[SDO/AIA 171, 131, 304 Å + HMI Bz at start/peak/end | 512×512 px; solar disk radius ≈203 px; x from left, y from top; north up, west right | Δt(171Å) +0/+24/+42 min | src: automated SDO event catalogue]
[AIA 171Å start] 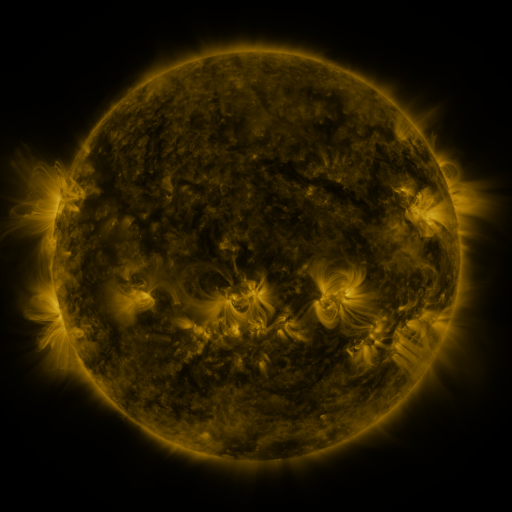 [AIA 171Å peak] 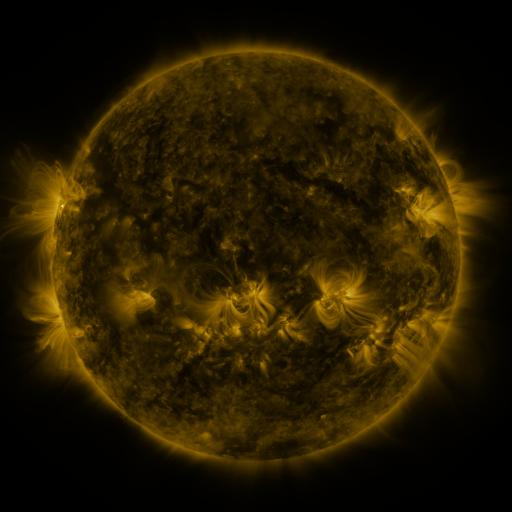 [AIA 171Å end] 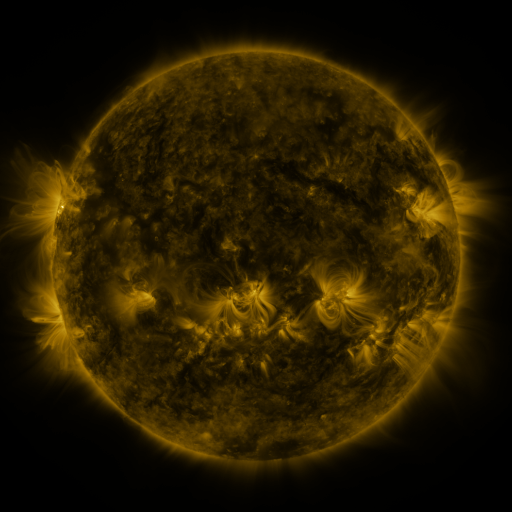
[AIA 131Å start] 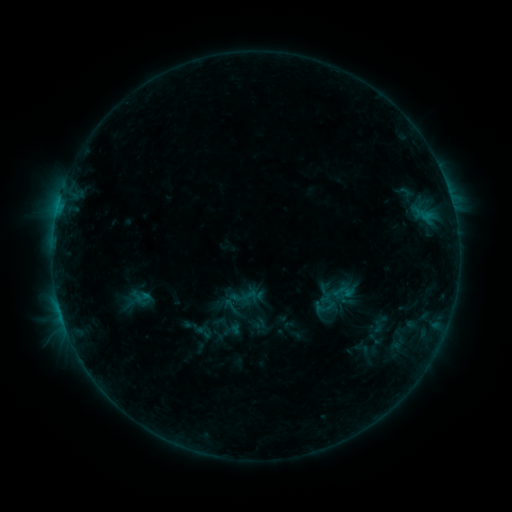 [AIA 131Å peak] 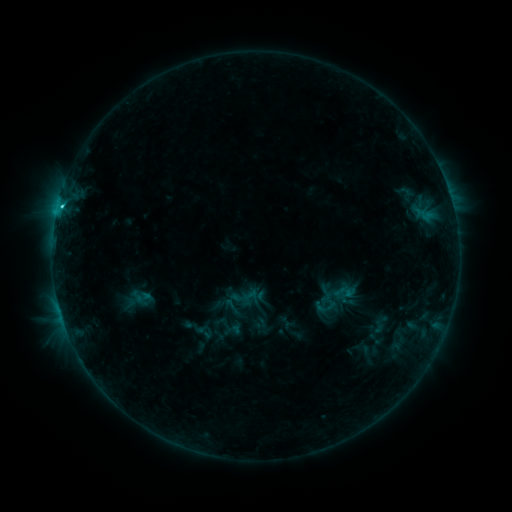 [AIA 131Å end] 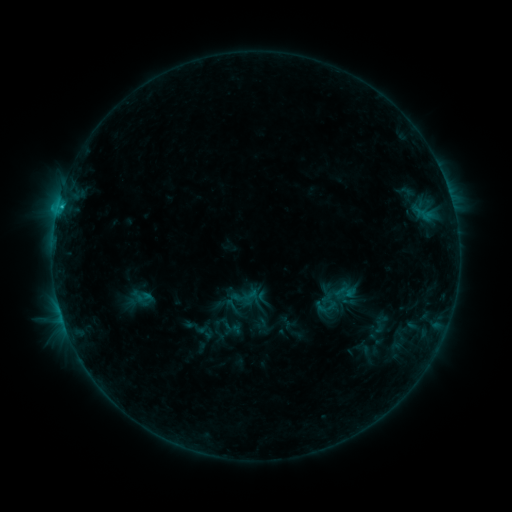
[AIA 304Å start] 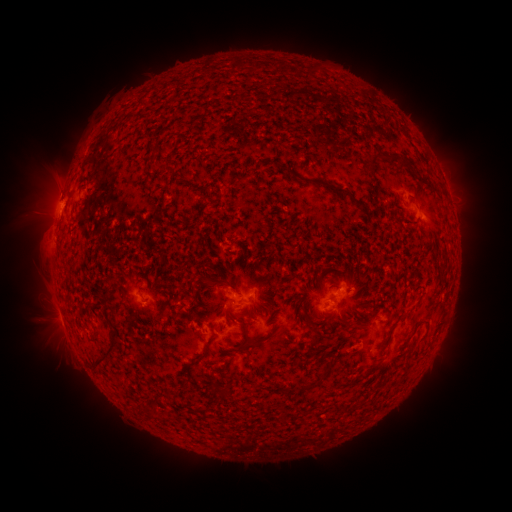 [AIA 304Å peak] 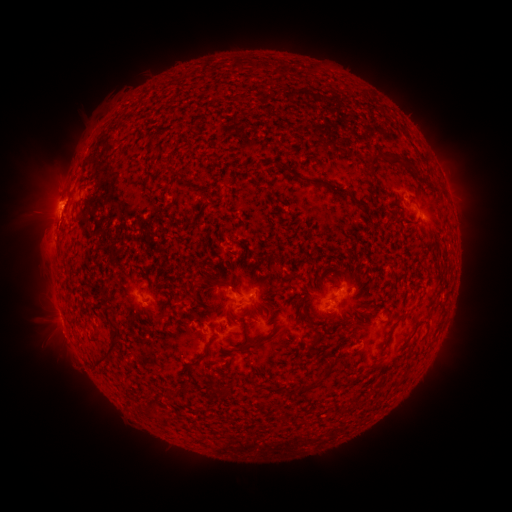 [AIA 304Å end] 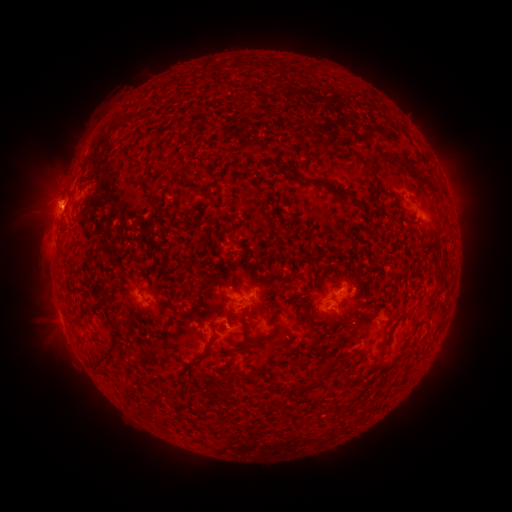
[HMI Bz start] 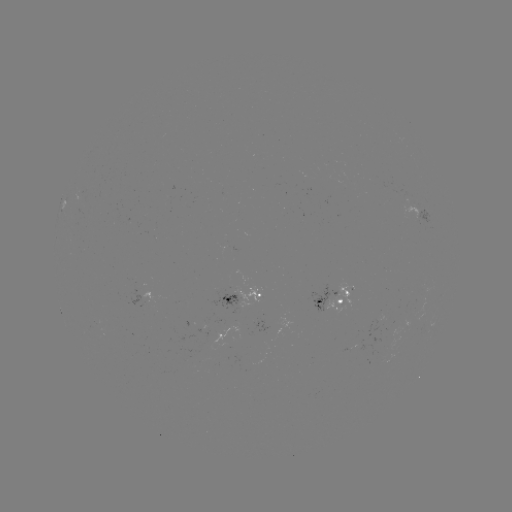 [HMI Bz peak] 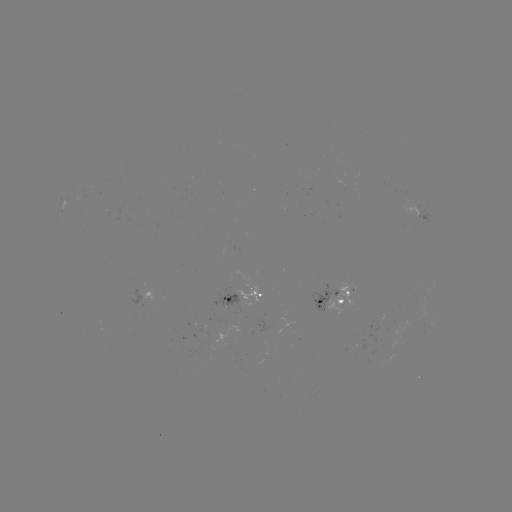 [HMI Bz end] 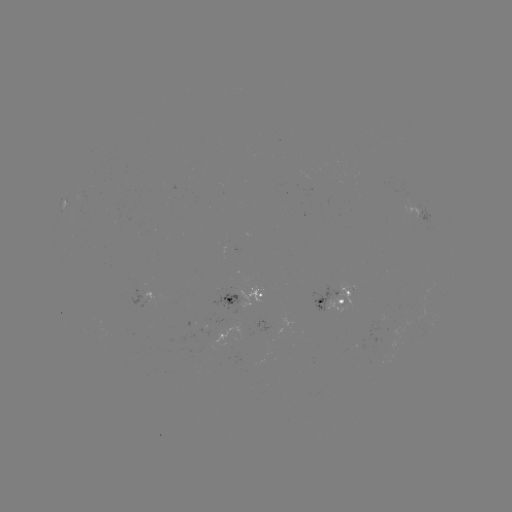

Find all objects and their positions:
C1.5 flare: (62, 209)
